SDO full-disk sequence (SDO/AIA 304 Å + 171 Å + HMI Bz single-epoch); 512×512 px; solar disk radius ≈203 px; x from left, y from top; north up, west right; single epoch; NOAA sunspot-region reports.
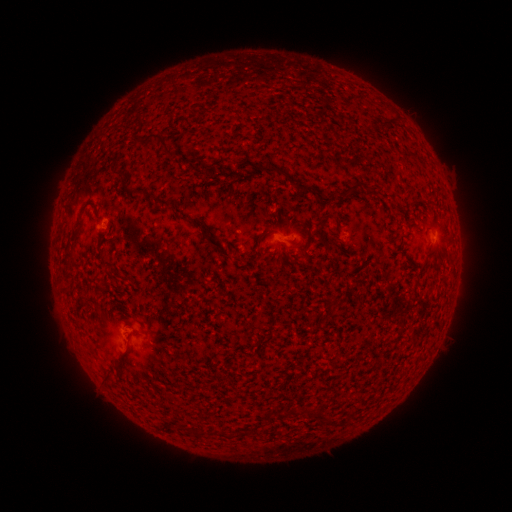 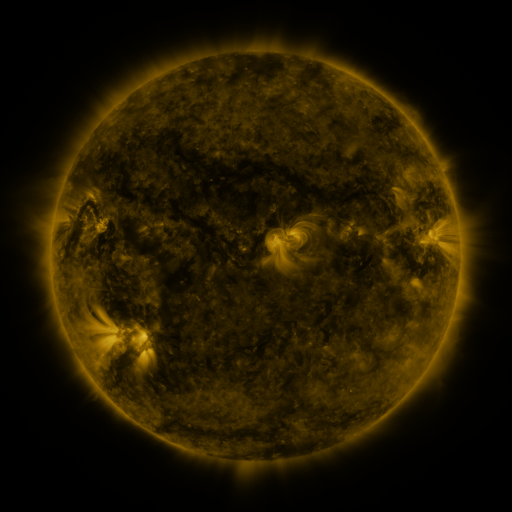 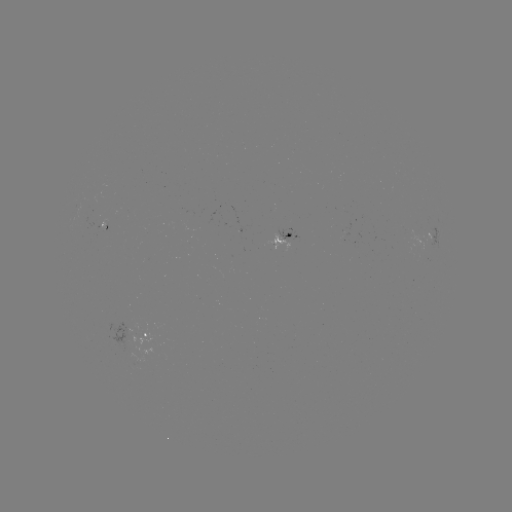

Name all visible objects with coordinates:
spotted active region: (433, 235)
spotted active region: (283, 241)
spotted active region: (147, 338)
